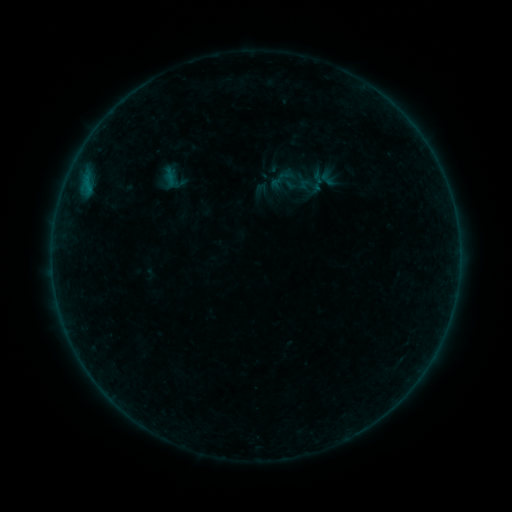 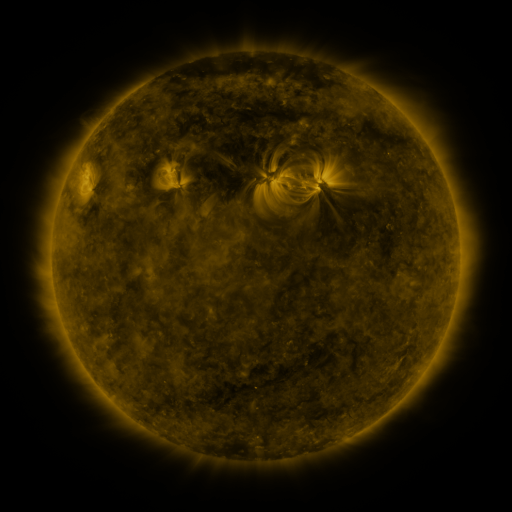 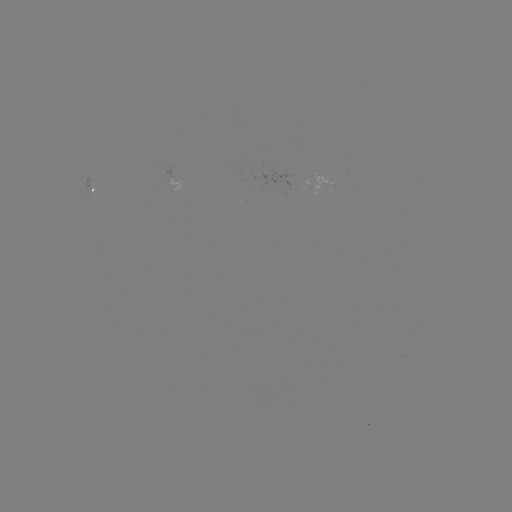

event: sigmoid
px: (327, 178)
